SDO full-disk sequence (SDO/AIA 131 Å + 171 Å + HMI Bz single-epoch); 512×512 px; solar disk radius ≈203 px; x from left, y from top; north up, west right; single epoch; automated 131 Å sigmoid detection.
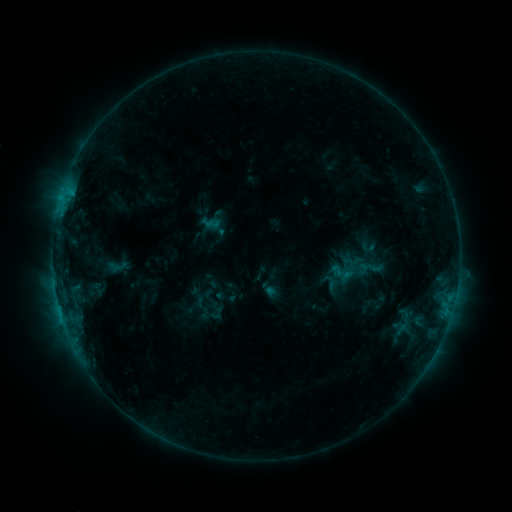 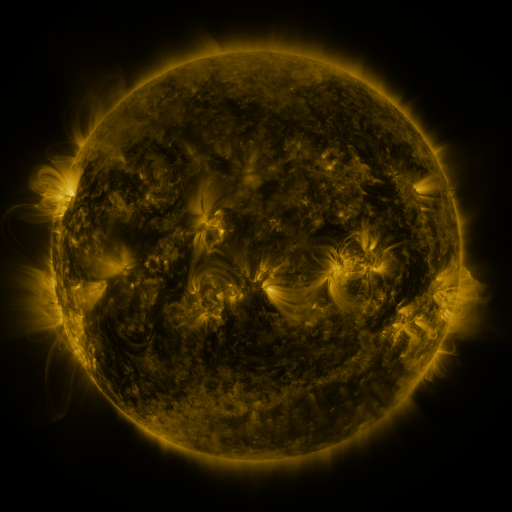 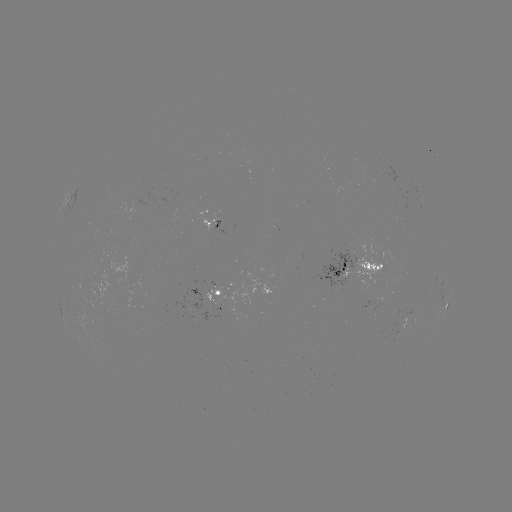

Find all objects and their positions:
sigmoid: (215, 310)
